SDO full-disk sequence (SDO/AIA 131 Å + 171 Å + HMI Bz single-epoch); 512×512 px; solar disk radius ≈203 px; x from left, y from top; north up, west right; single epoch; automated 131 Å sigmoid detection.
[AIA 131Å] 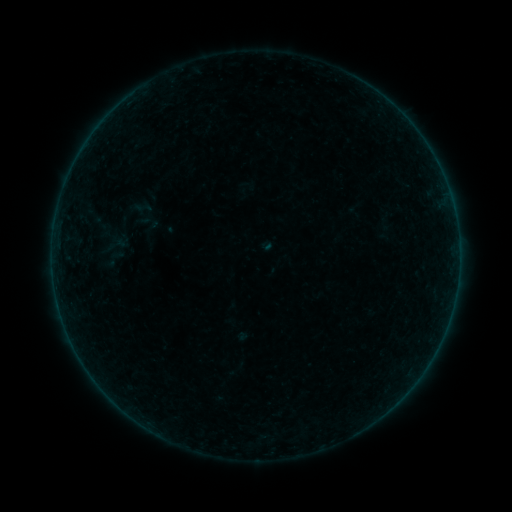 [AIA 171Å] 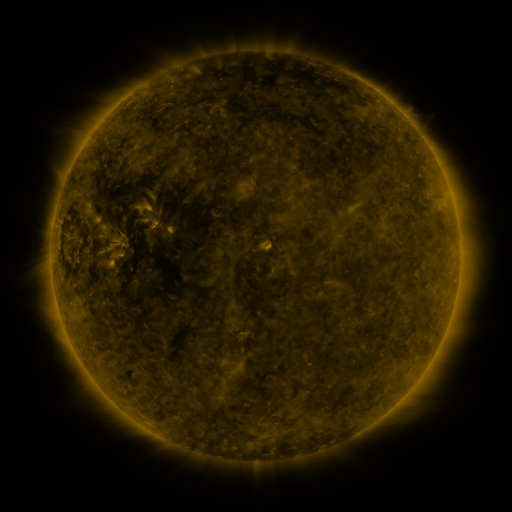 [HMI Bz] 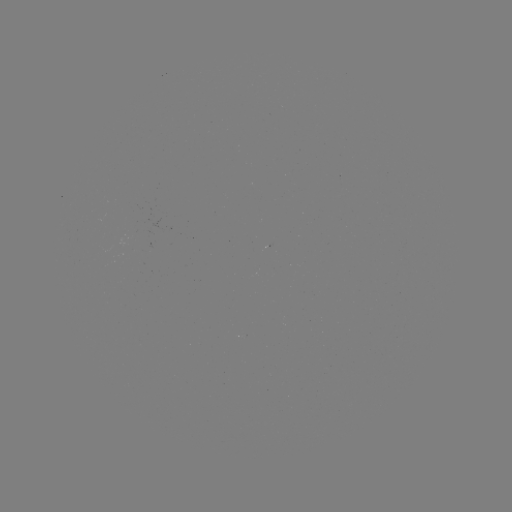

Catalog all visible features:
sigmoid: [134, 198, 152, 217]
